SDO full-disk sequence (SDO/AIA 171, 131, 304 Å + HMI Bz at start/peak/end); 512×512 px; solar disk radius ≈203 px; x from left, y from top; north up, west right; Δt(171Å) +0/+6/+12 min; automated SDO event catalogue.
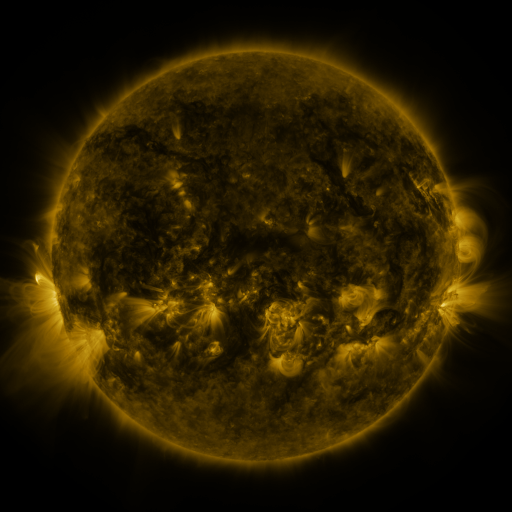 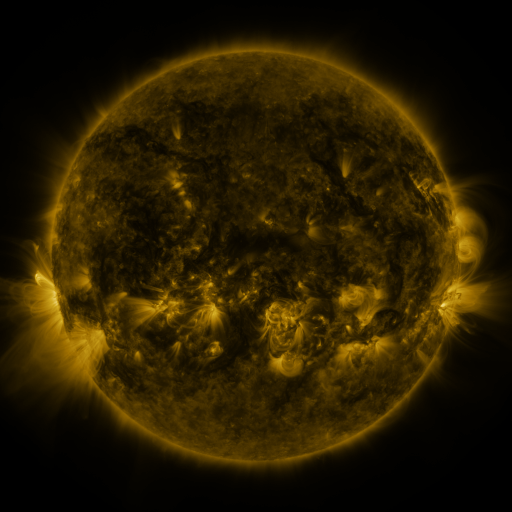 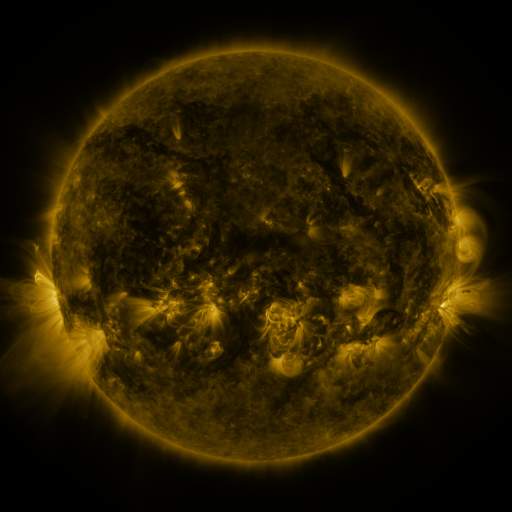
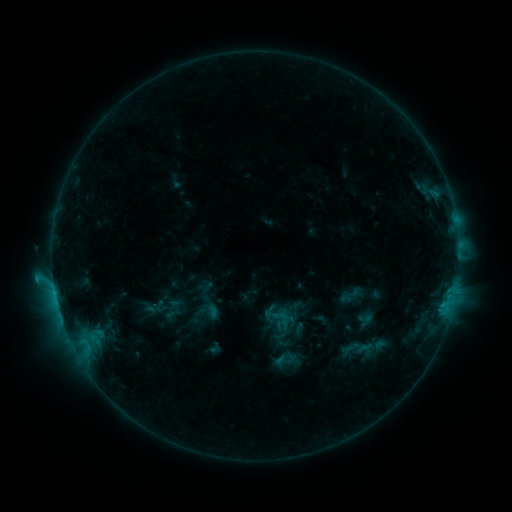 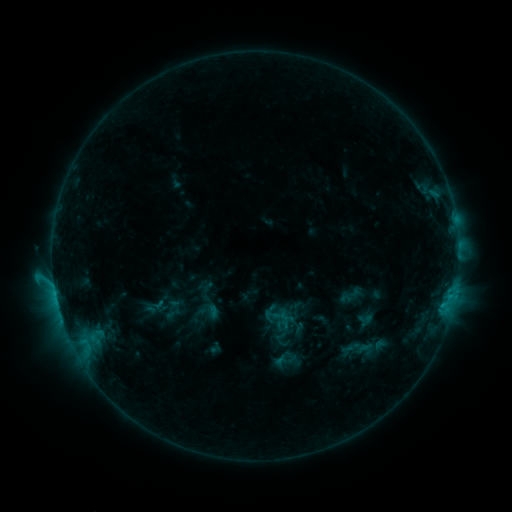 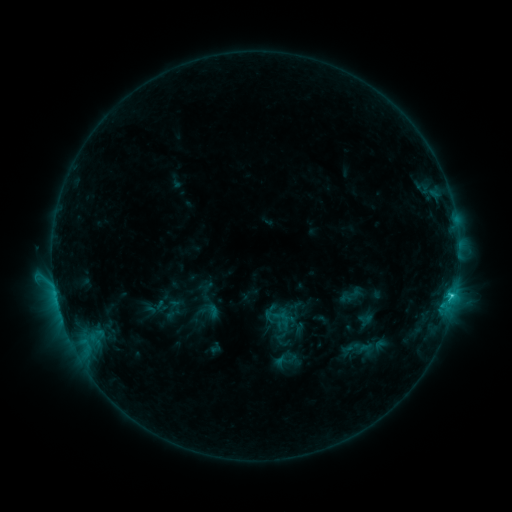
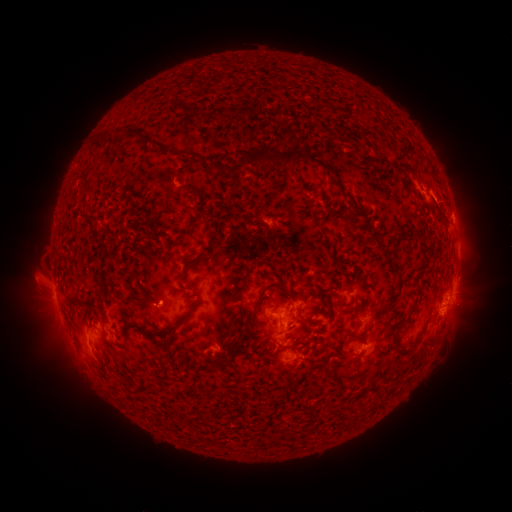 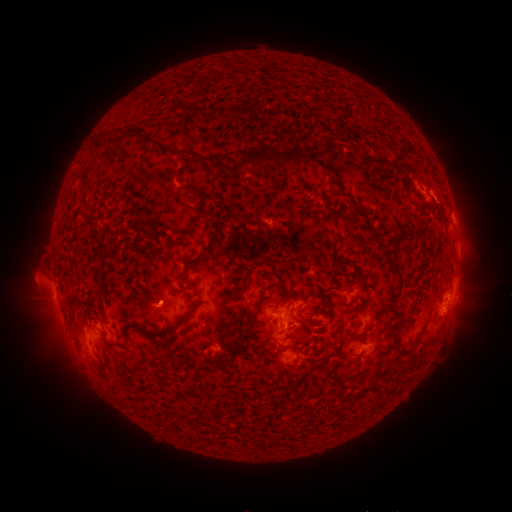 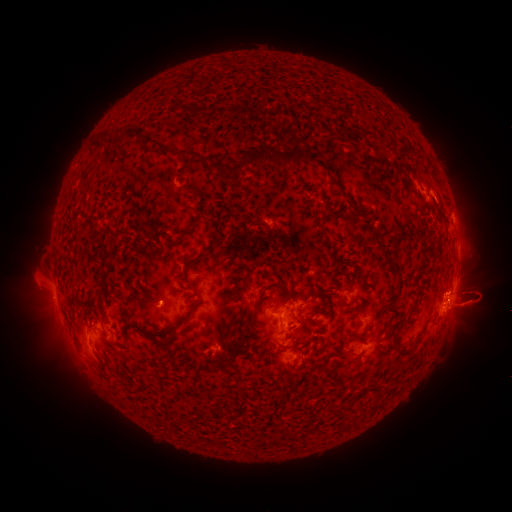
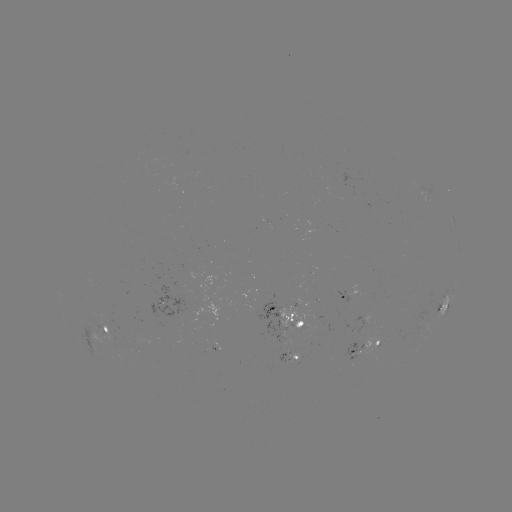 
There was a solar eruption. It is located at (475, 297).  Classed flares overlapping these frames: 1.